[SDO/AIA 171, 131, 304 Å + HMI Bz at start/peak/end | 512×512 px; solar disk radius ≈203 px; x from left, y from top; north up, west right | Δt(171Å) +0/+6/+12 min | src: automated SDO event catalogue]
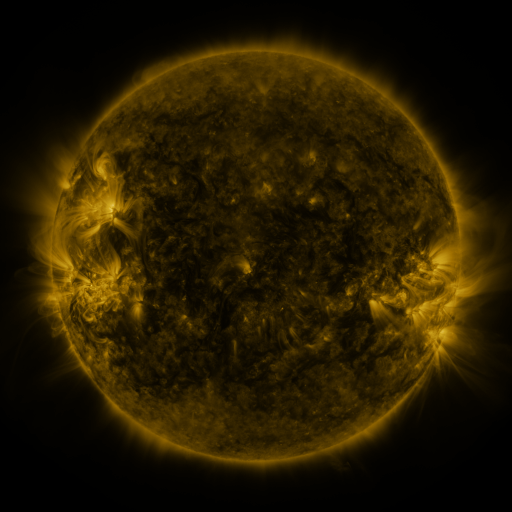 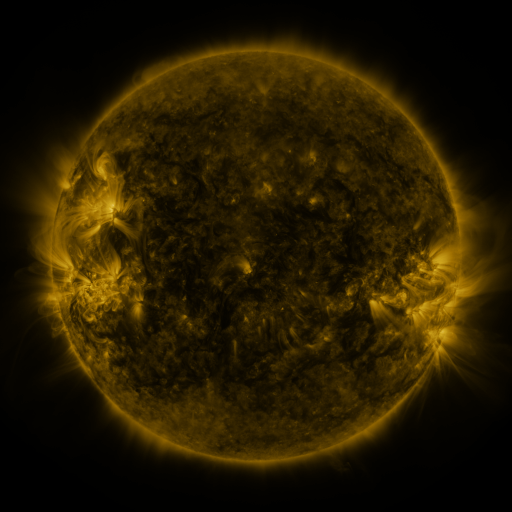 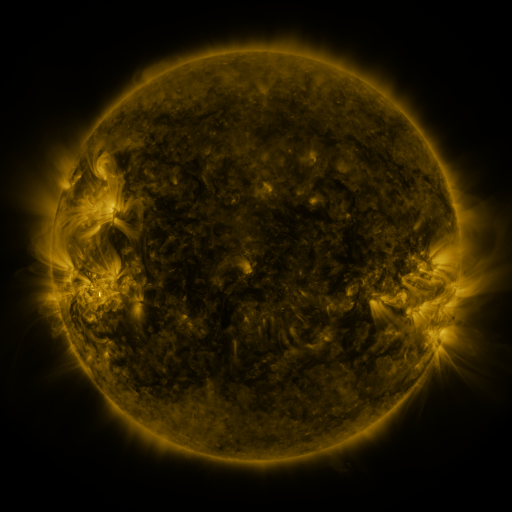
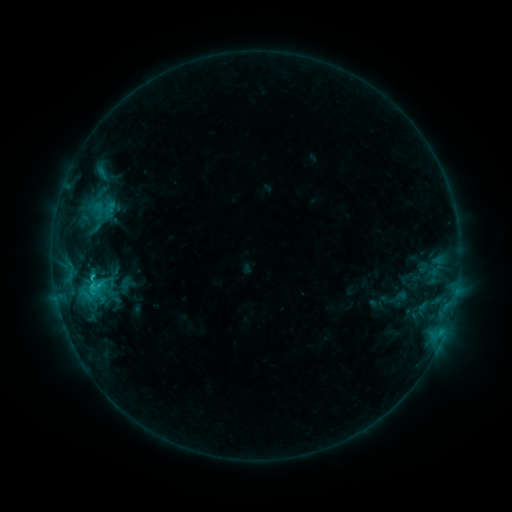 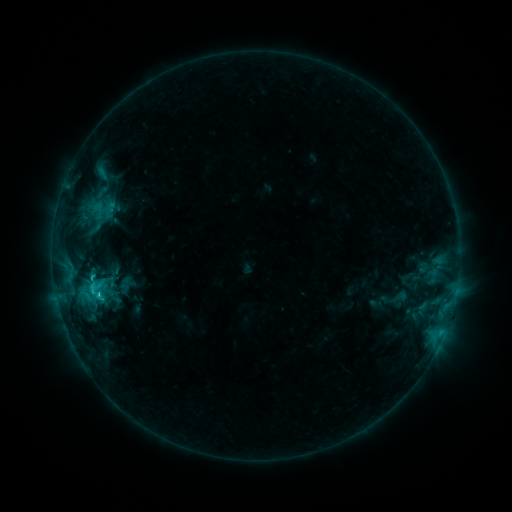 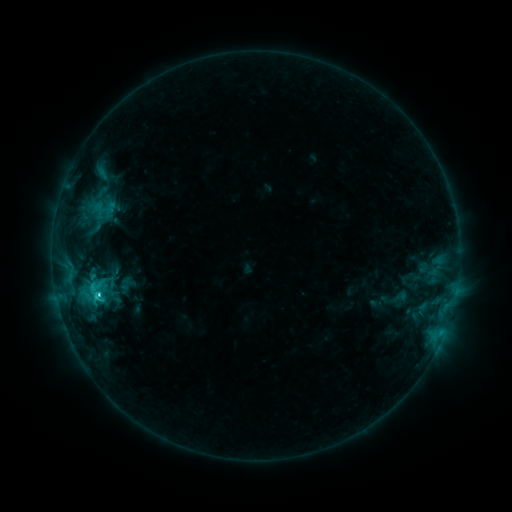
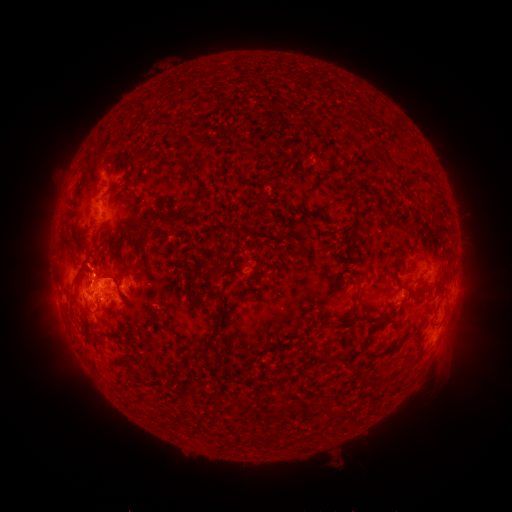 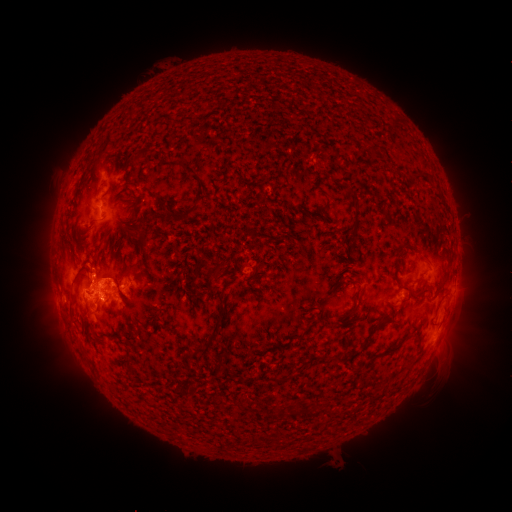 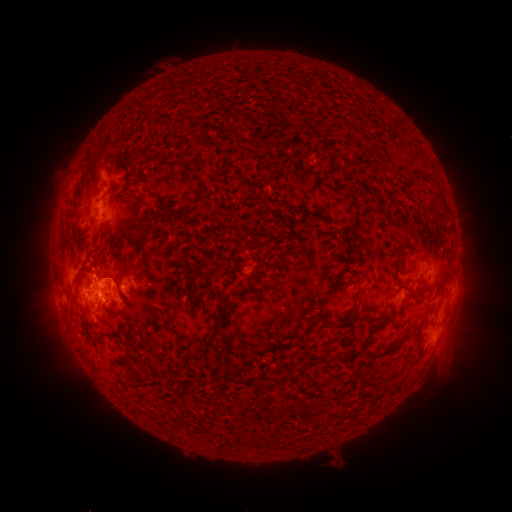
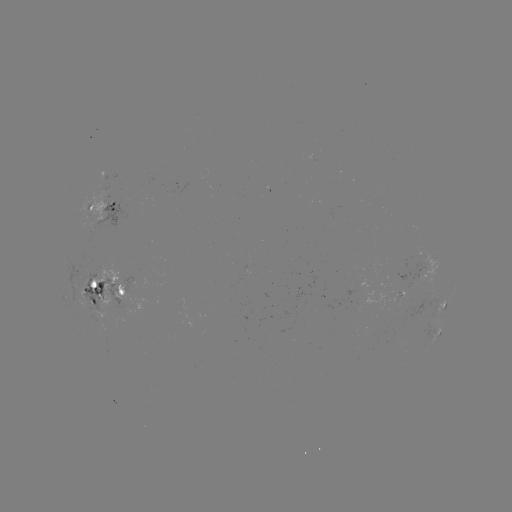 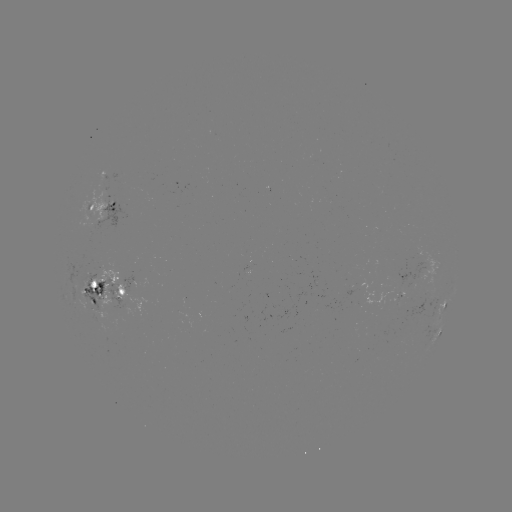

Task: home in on C3.4 flare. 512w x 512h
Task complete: (98, 292).